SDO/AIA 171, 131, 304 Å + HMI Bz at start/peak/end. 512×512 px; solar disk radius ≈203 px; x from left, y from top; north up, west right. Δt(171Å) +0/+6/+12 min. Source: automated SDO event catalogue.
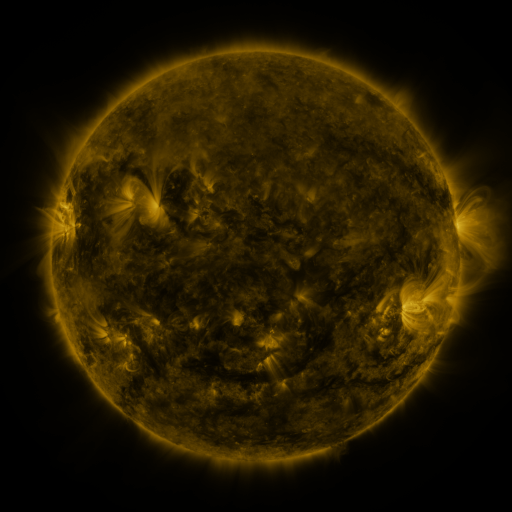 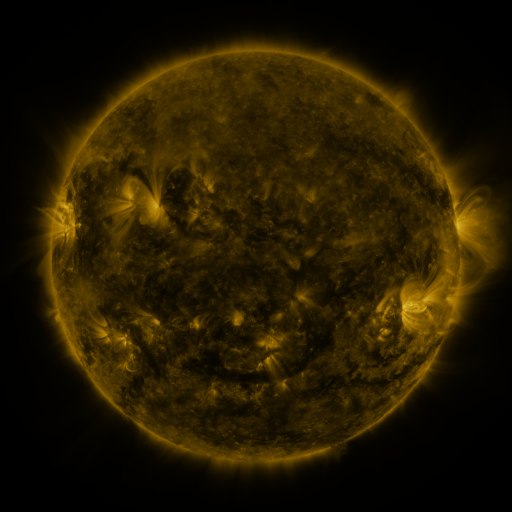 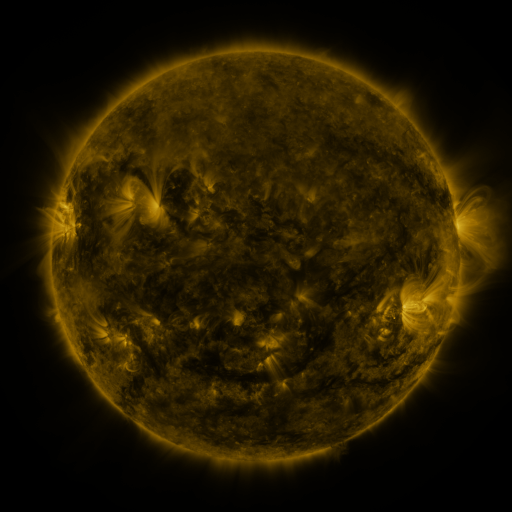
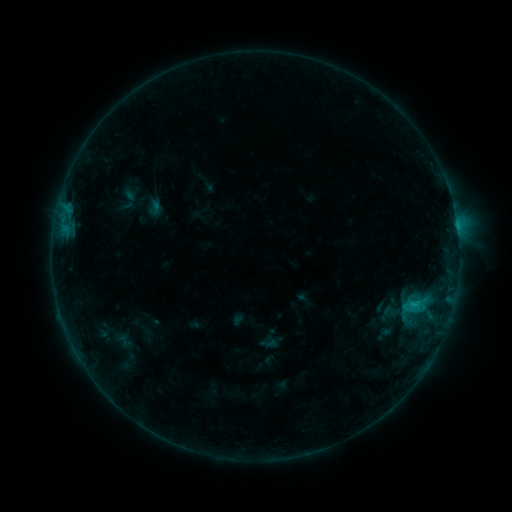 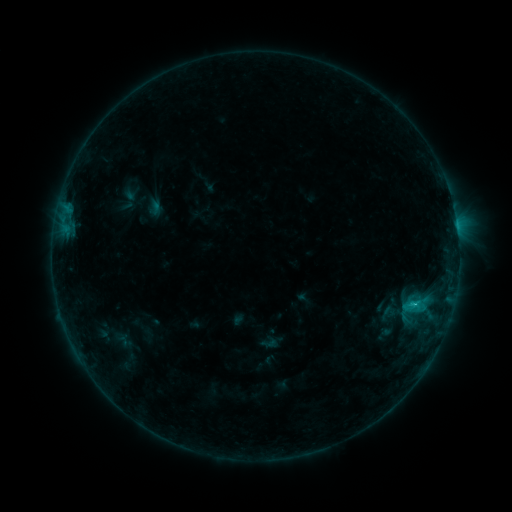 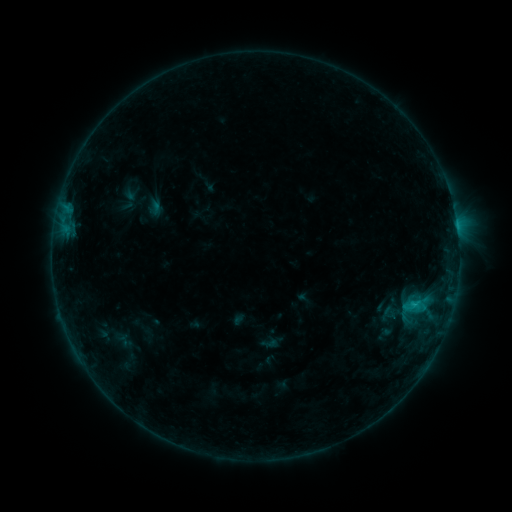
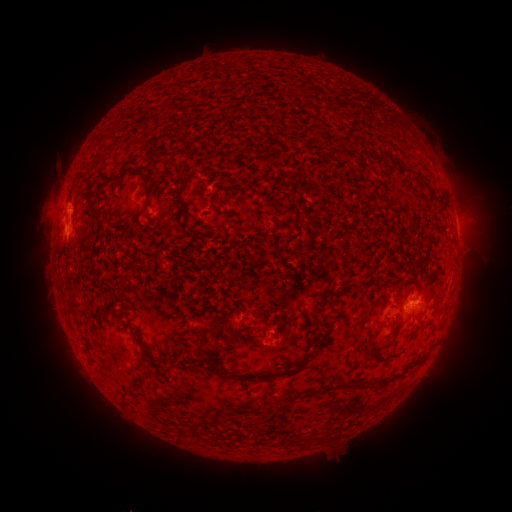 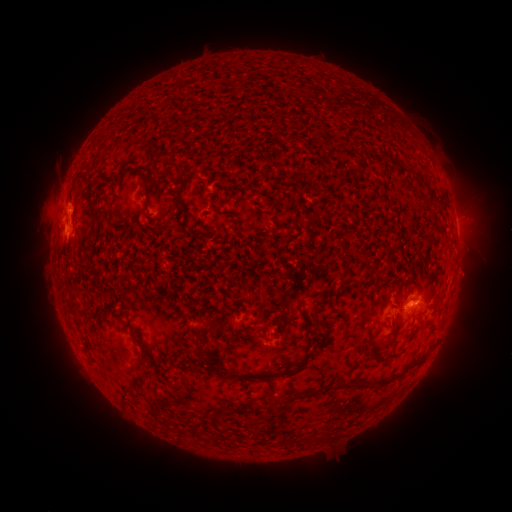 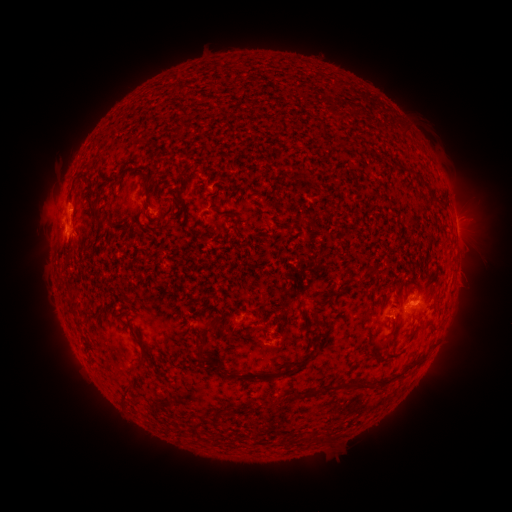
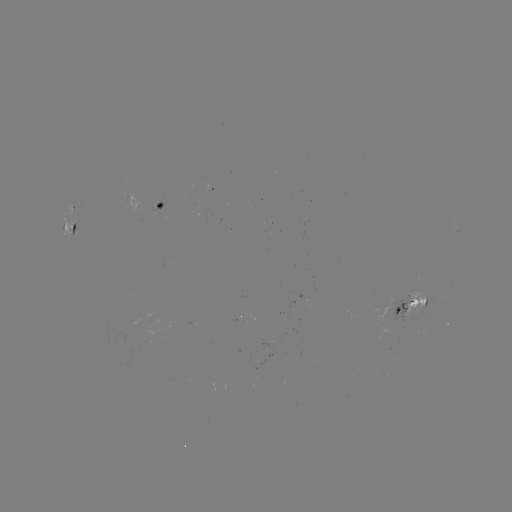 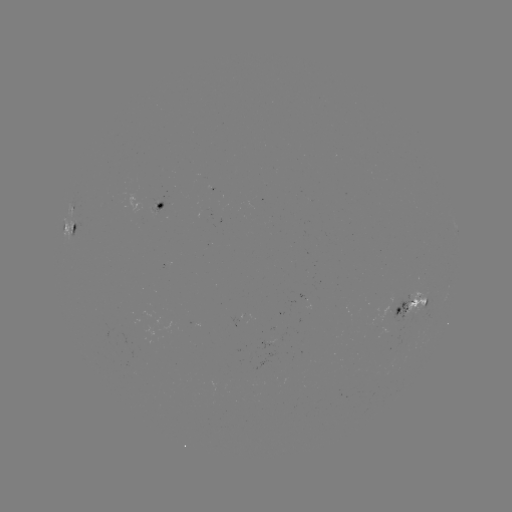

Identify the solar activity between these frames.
B8.4 flare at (410, 304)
